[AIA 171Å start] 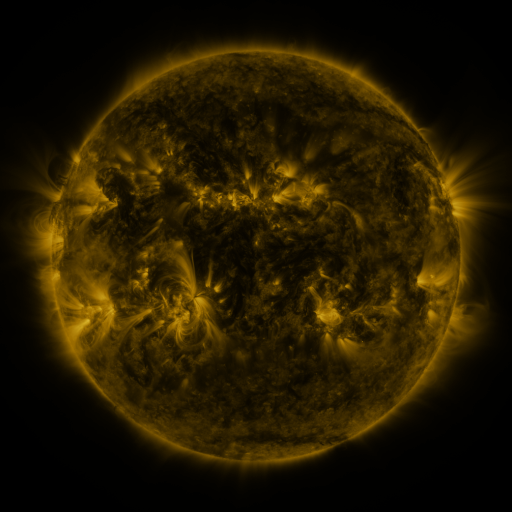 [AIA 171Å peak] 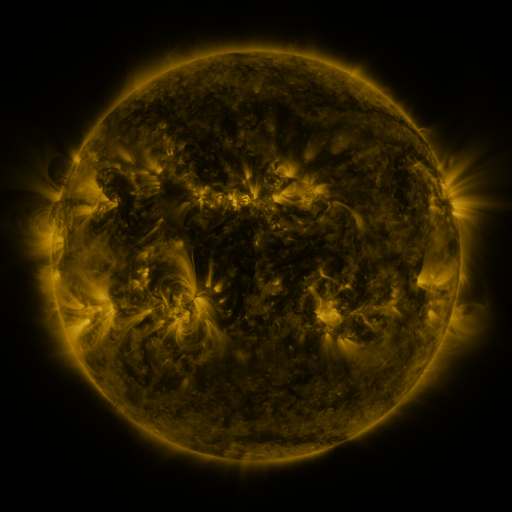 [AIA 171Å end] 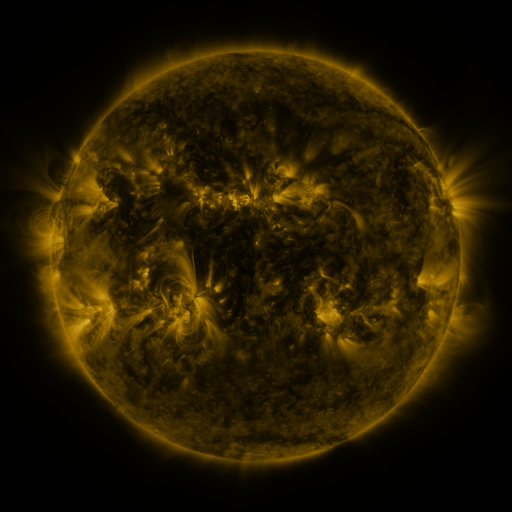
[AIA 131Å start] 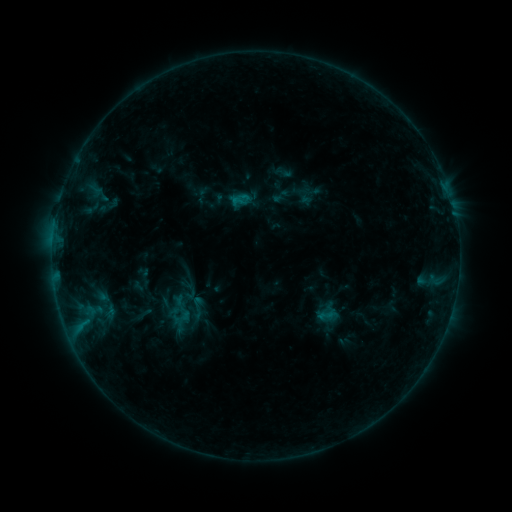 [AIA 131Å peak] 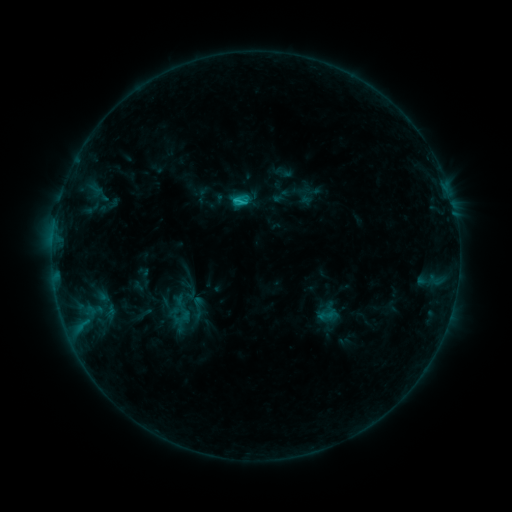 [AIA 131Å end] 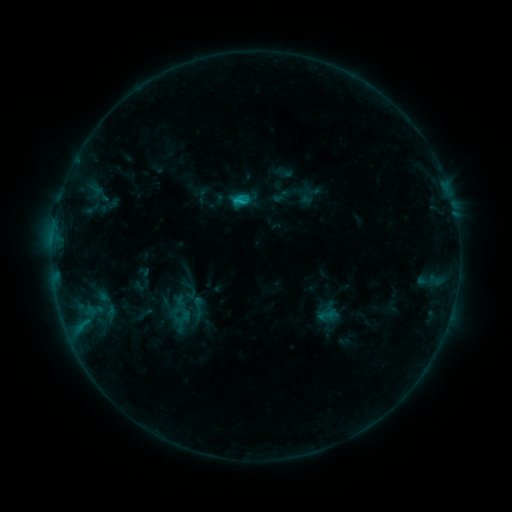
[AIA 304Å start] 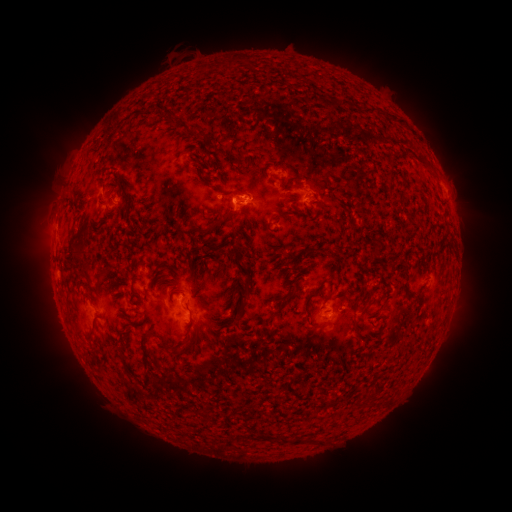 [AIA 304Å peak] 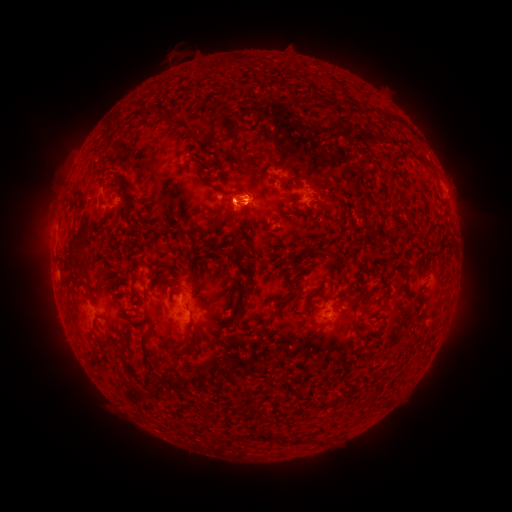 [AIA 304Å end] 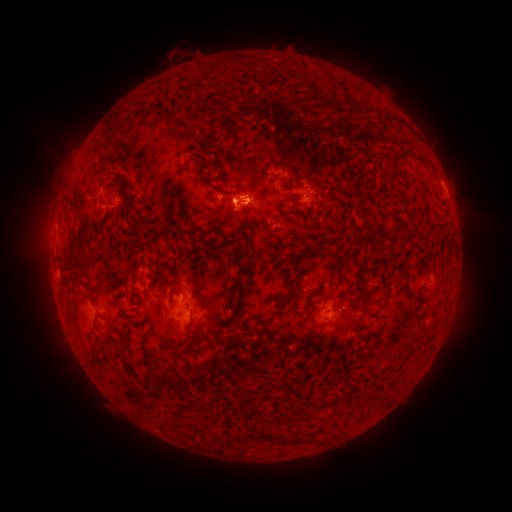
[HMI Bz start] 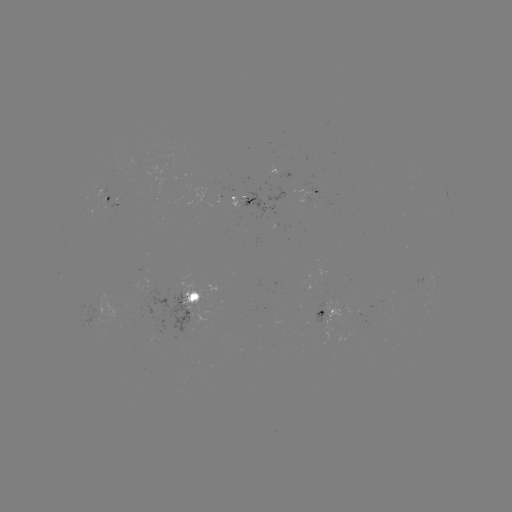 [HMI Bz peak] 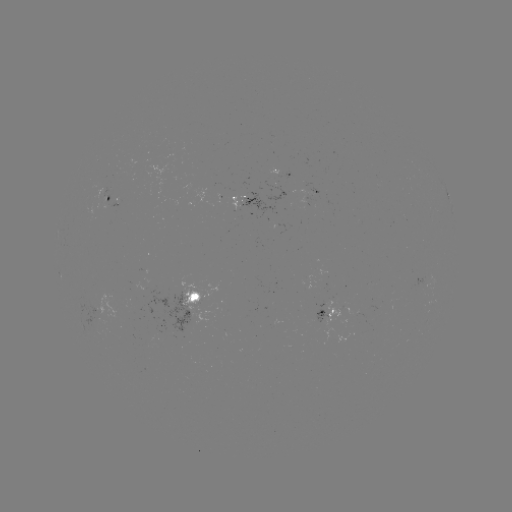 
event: flare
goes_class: C1.2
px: (241, 205)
